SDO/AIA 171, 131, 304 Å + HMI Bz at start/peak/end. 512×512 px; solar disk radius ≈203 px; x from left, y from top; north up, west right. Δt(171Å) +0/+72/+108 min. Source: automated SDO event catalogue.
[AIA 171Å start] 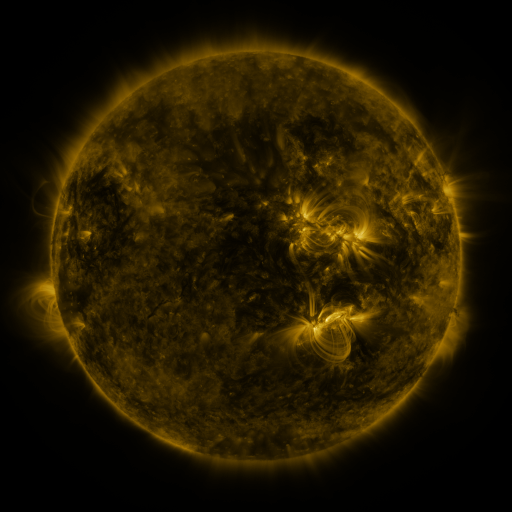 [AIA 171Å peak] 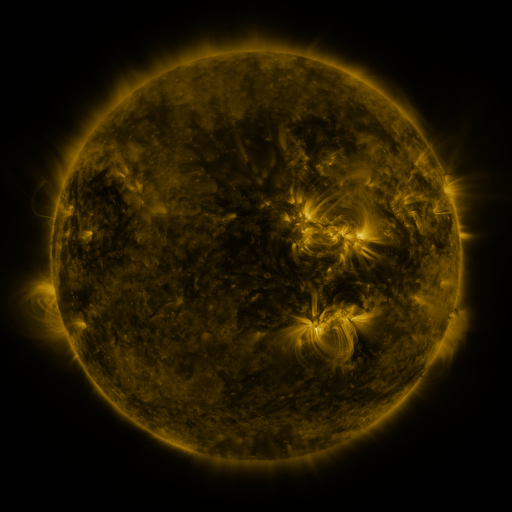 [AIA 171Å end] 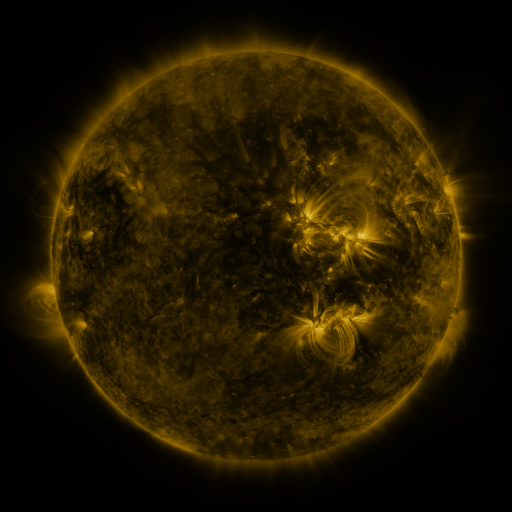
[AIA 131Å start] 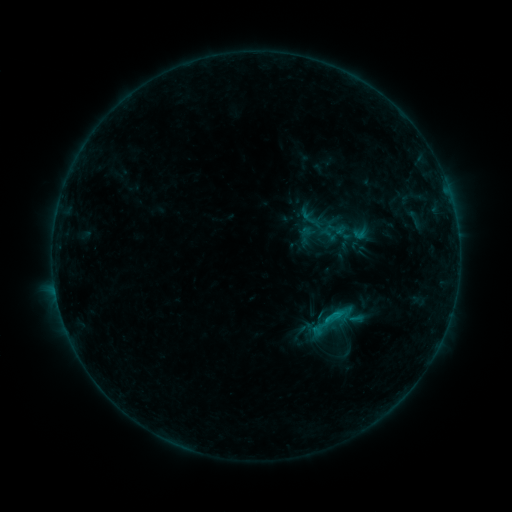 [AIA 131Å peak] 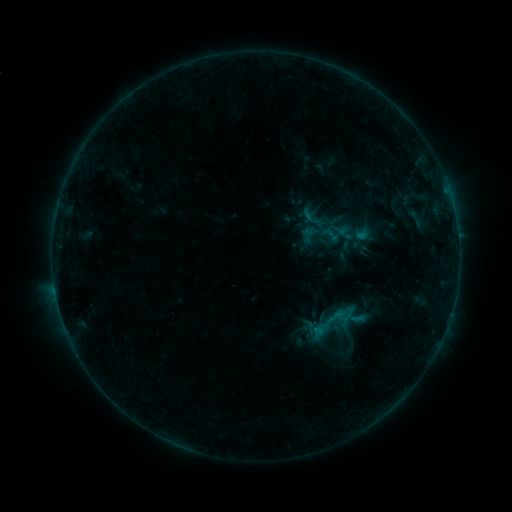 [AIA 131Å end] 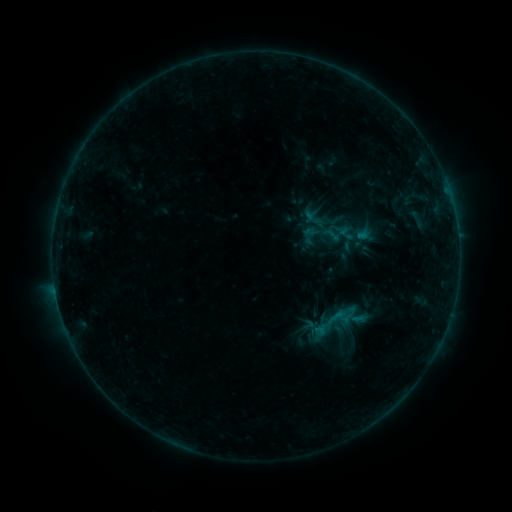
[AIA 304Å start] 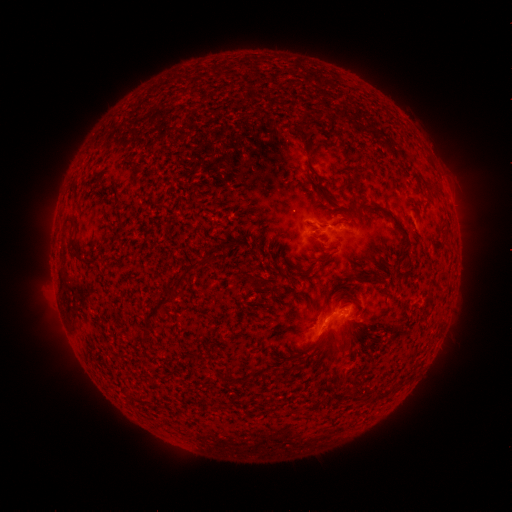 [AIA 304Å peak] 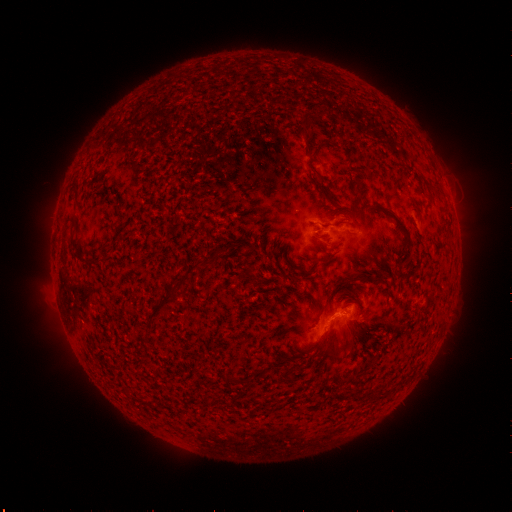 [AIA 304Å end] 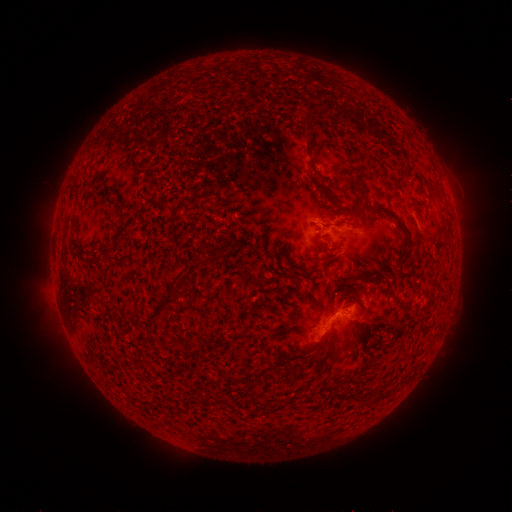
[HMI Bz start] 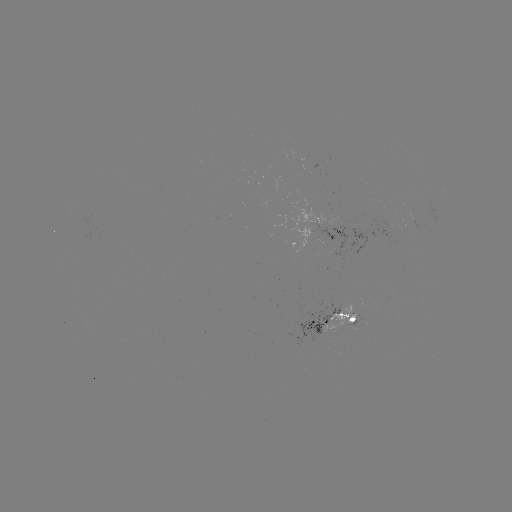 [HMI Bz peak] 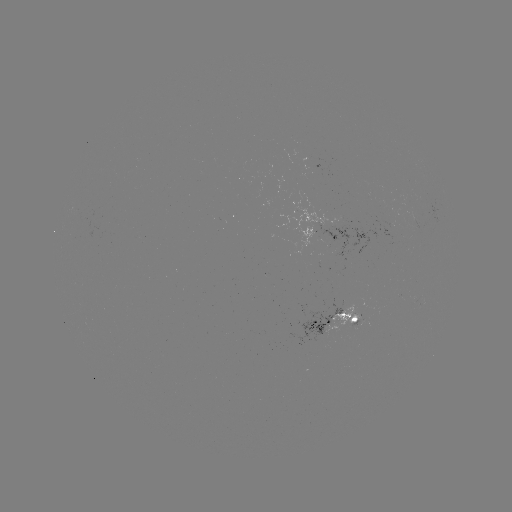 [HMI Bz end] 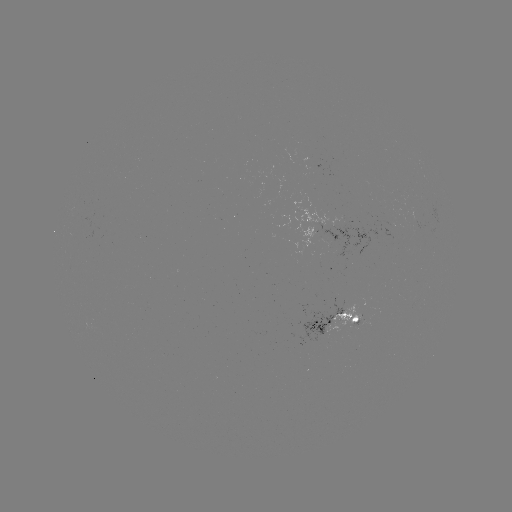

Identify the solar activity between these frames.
emerging-flux region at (337, 241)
